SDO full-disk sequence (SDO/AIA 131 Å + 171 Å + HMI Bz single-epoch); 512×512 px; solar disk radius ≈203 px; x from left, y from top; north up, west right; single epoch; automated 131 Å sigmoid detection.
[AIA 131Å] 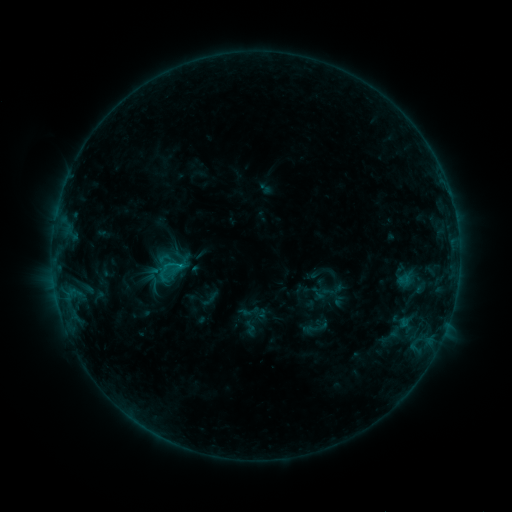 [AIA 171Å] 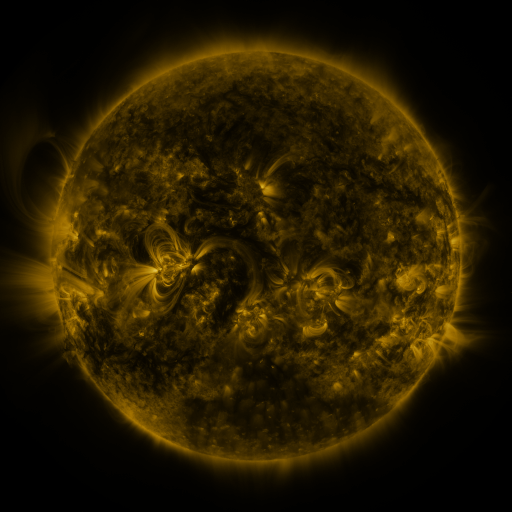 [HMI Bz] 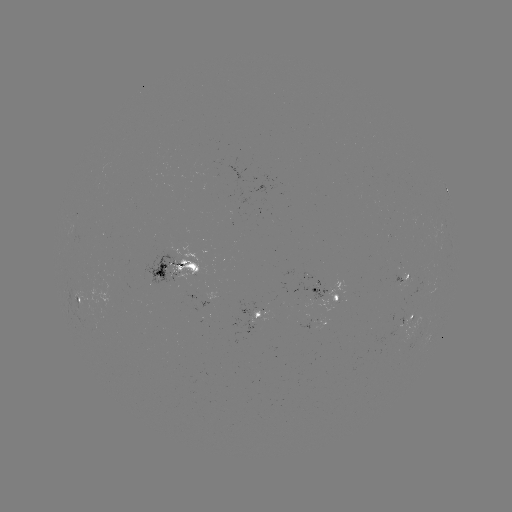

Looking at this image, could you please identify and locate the sigmoid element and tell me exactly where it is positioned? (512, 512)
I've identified sigmoid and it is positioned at (169, 271).